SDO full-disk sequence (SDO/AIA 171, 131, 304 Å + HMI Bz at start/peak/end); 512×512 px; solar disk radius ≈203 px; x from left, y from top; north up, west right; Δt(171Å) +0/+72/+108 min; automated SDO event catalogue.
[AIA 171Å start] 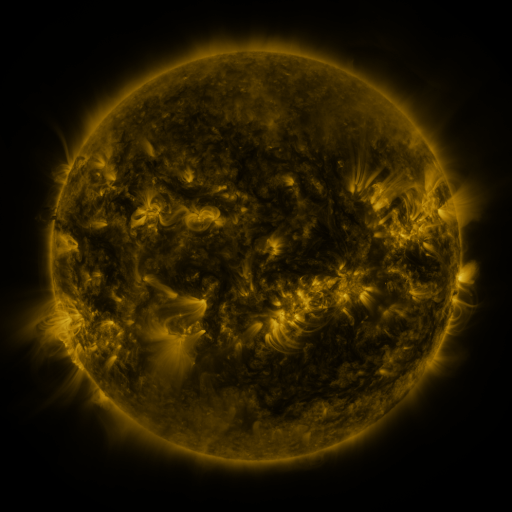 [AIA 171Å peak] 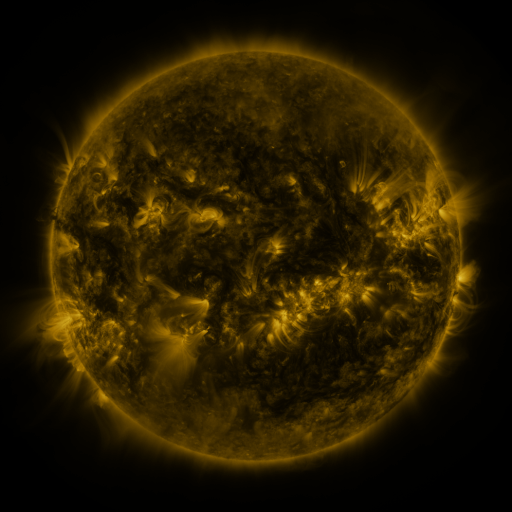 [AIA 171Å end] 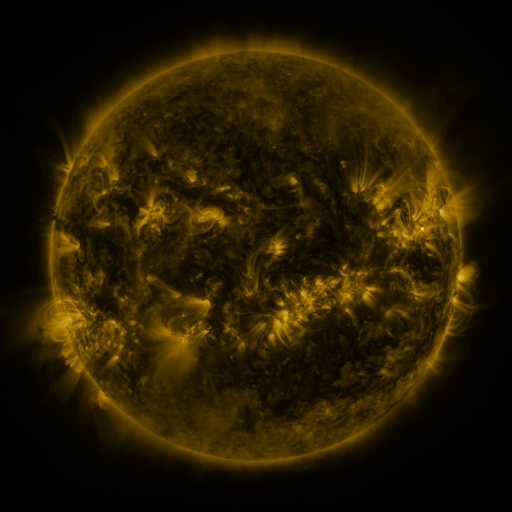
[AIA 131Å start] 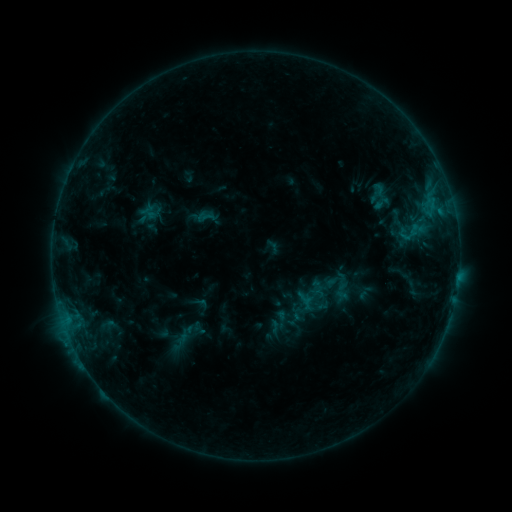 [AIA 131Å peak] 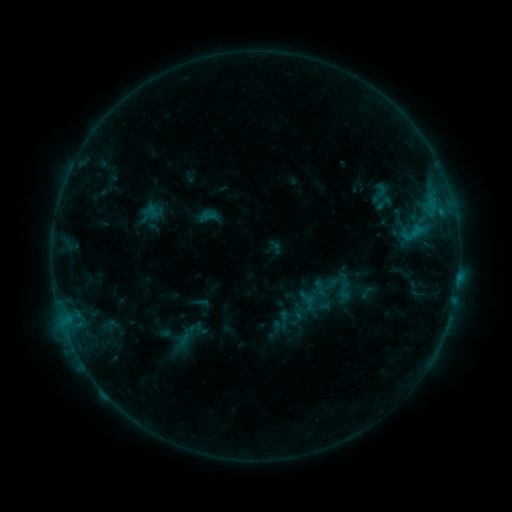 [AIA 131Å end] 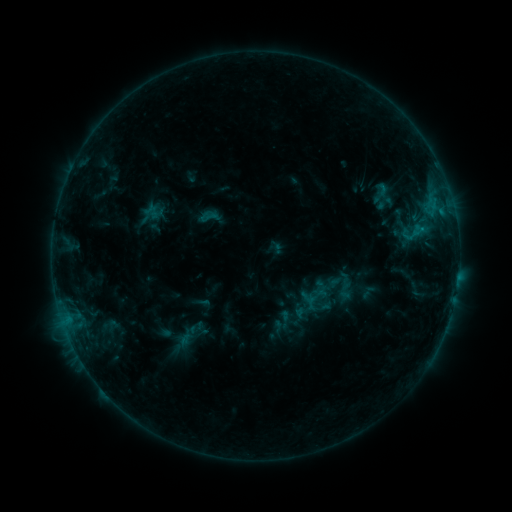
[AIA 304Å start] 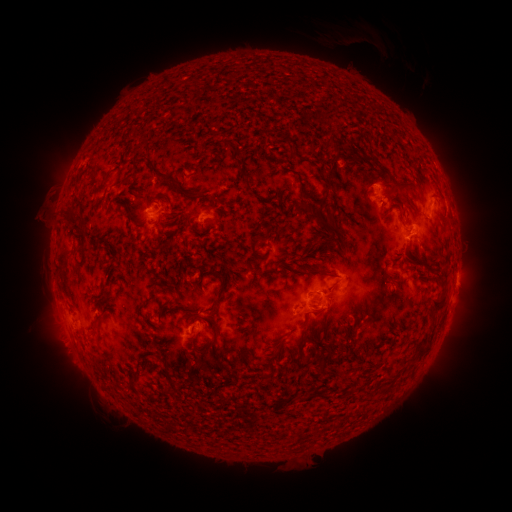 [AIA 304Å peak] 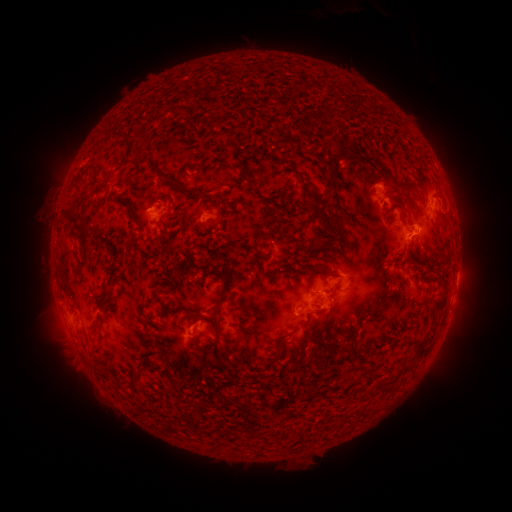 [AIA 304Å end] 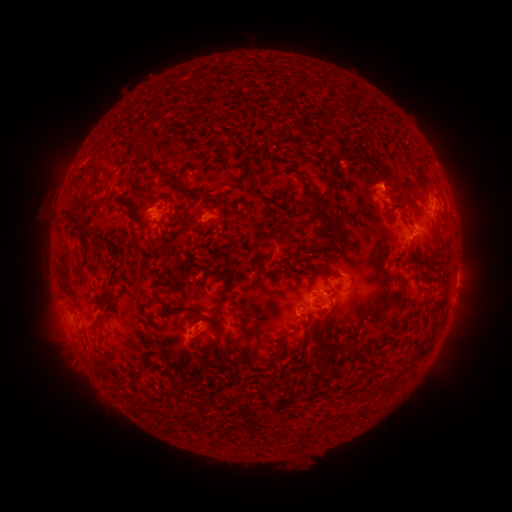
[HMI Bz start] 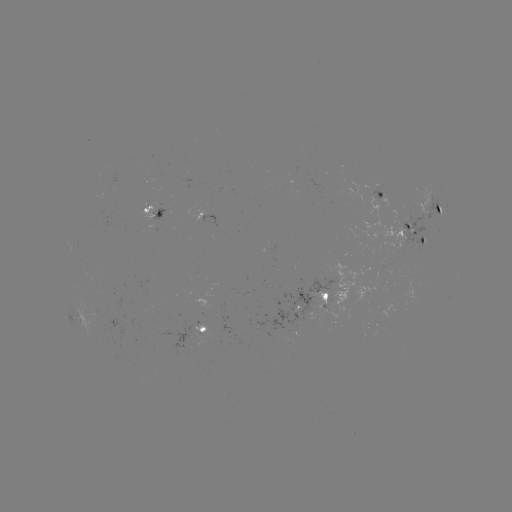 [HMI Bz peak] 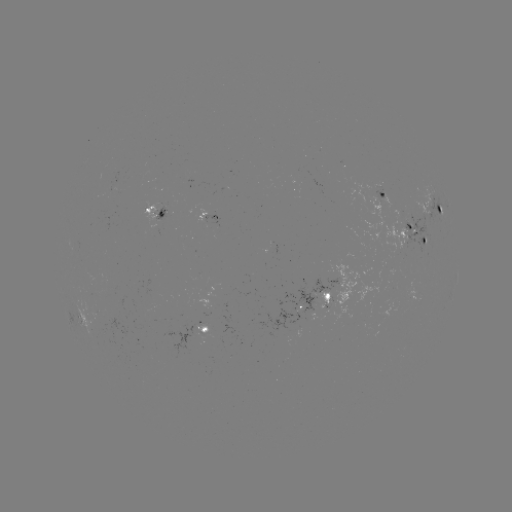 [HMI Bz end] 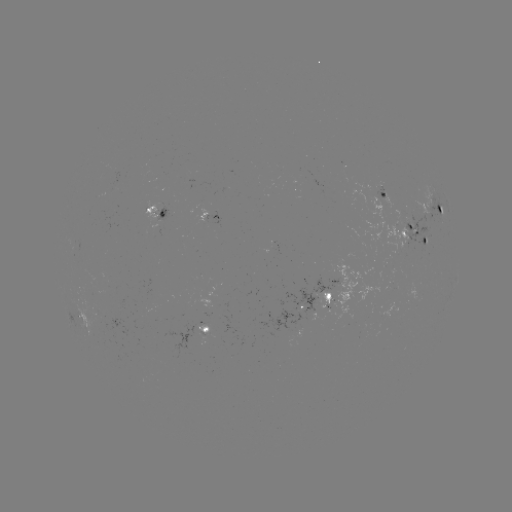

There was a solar emerging-flux region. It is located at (338, 294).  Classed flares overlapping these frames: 1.